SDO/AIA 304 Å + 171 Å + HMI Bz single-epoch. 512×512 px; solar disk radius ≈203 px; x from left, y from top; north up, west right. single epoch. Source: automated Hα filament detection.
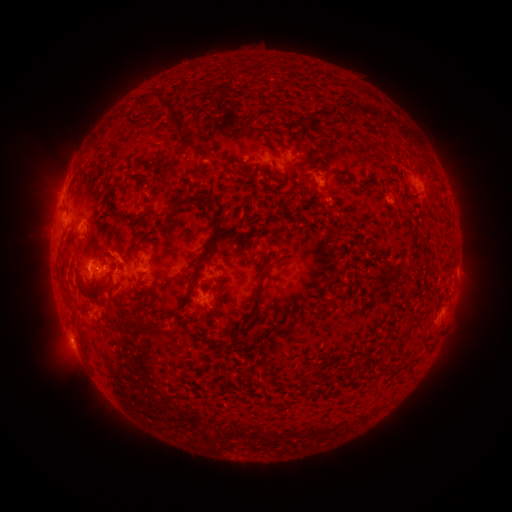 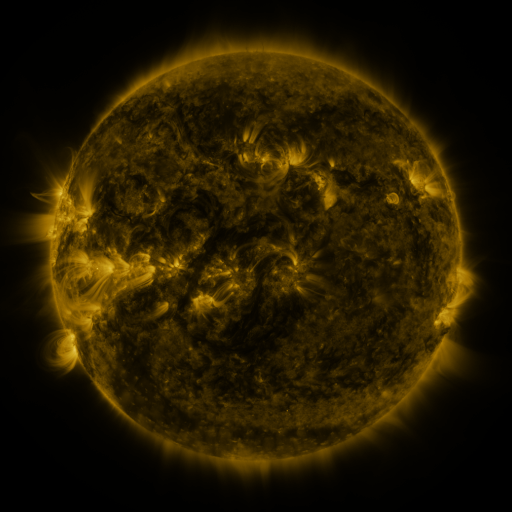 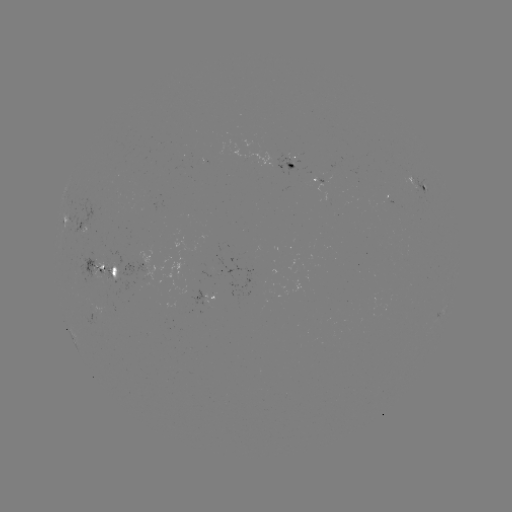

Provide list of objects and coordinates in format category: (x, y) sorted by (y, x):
filament: (123, 112)
filament: (395, 118)
filament: (144, 130)
filament: (299, 187)
filament: (90, 199)
filament: (184, 202)
filament: (210, 209)
filament: (124, 217)
filament: (205, 250)
filament: (99, 251)
filament: (283, 256)
filament: (84, 257)
filament: (426, 259)
filament: (259, 271)
filament: (113, 272)
filament: (265, 275)
filament: (331, 282)
filament: (138, 307)
filament: (134, 327)
filament: (84, 343)
filament: (310, 375)
